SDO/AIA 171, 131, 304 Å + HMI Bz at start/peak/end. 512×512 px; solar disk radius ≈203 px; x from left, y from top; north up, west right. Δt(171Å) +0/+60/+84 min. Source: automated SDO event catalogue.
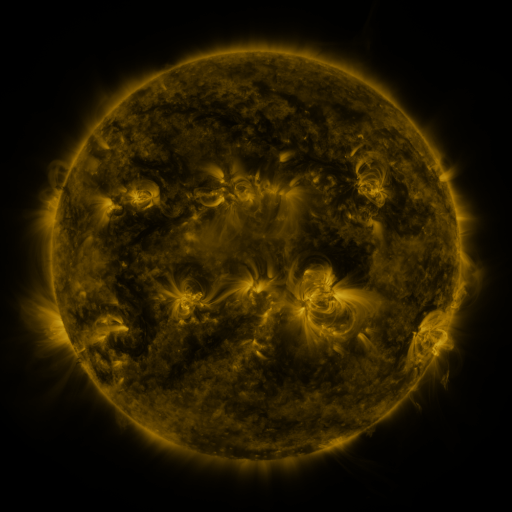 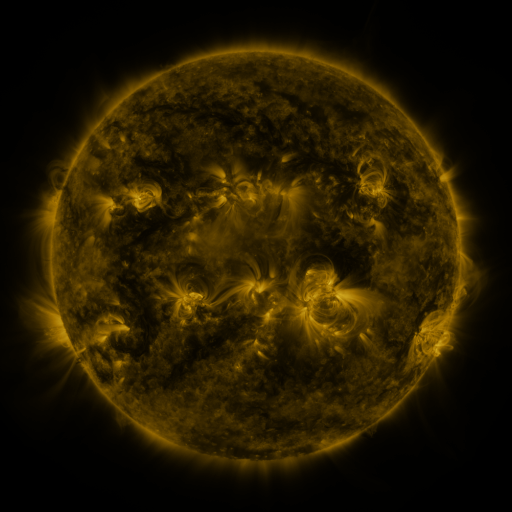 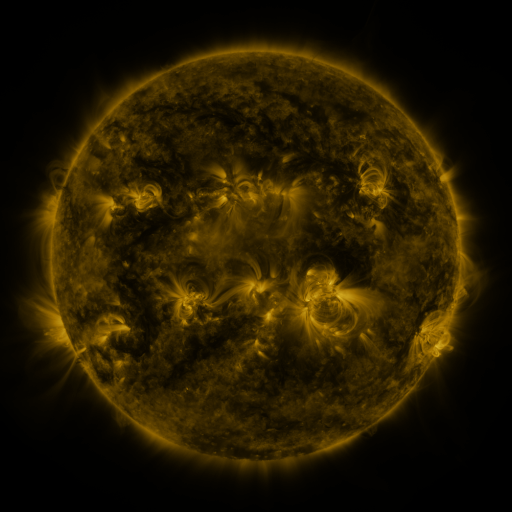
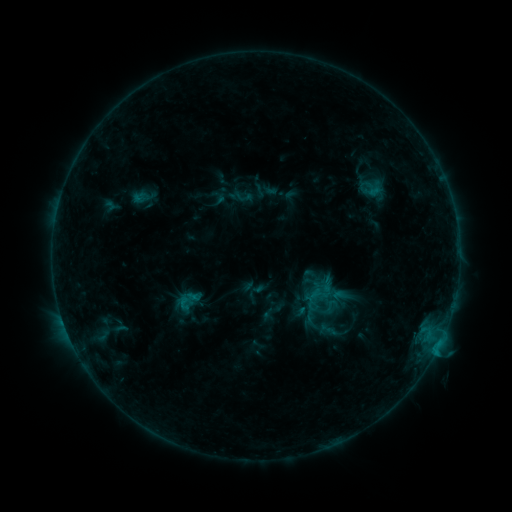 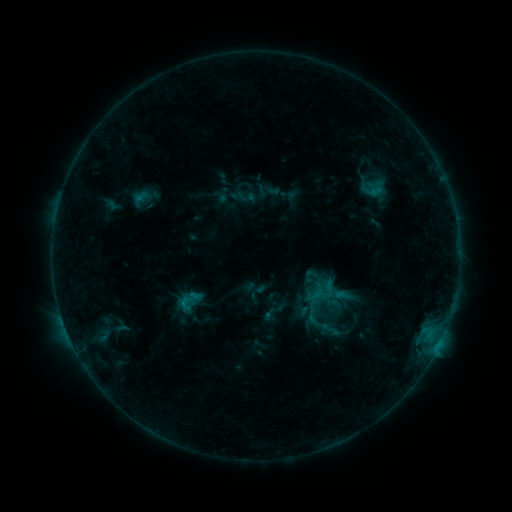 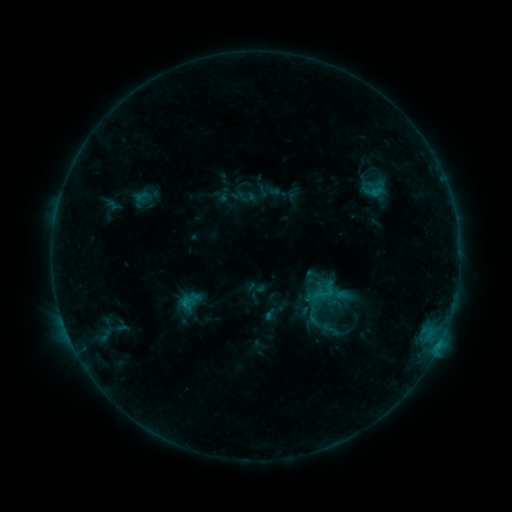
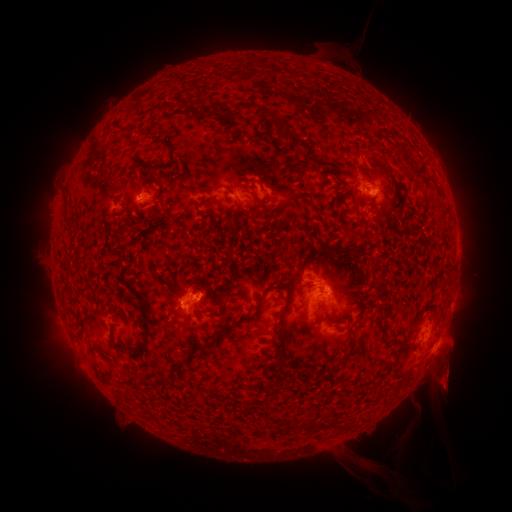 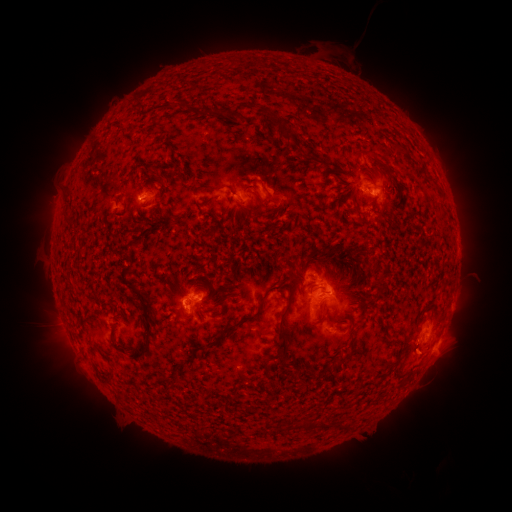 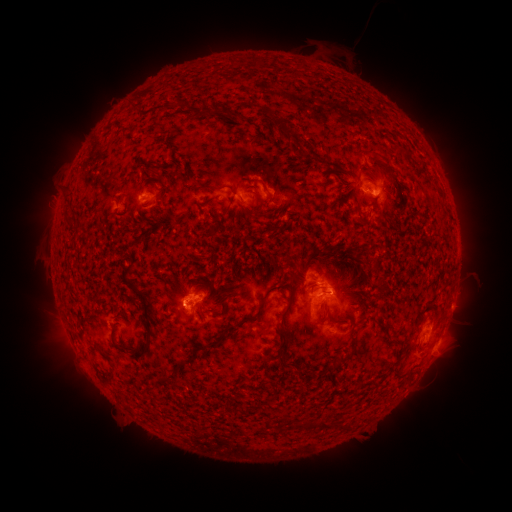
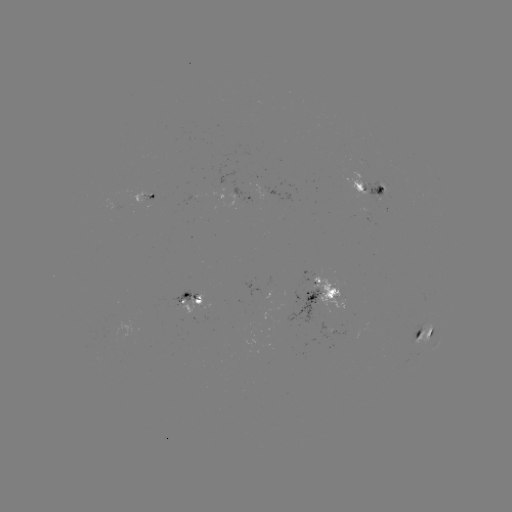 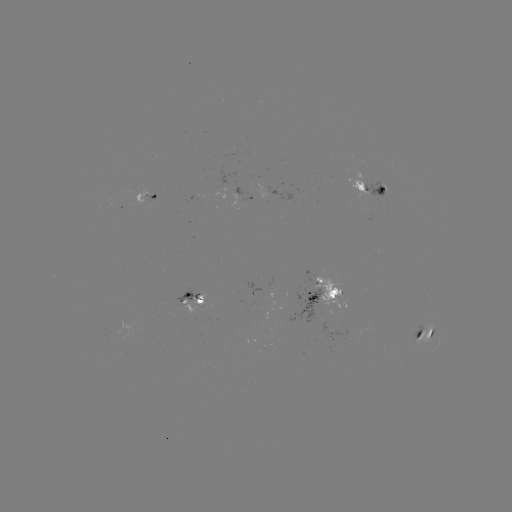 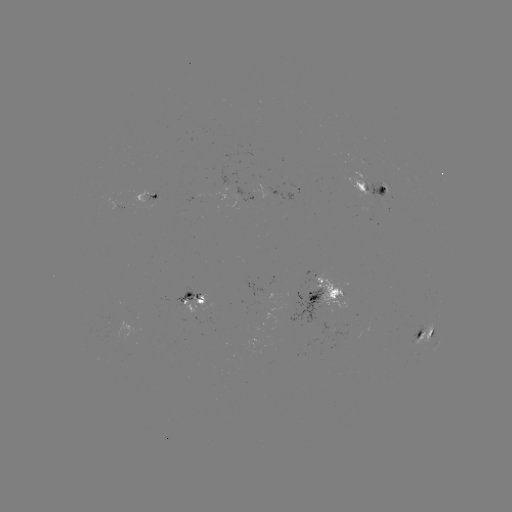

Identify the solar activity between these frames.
emerging-flux region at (266, 188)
